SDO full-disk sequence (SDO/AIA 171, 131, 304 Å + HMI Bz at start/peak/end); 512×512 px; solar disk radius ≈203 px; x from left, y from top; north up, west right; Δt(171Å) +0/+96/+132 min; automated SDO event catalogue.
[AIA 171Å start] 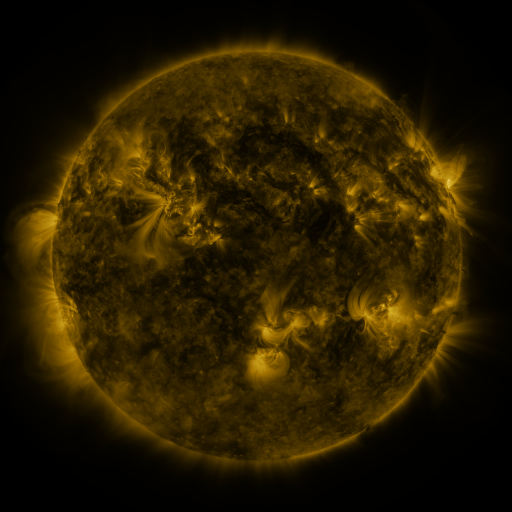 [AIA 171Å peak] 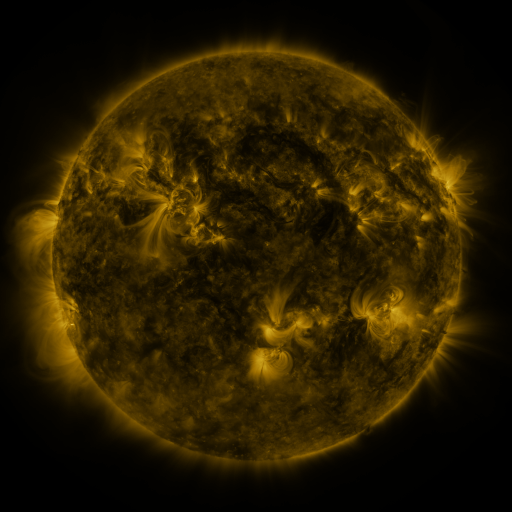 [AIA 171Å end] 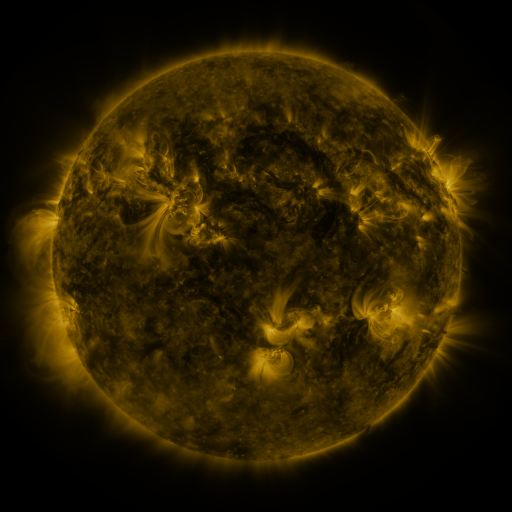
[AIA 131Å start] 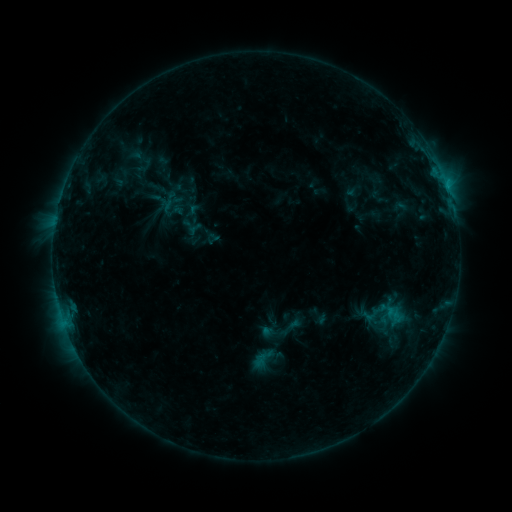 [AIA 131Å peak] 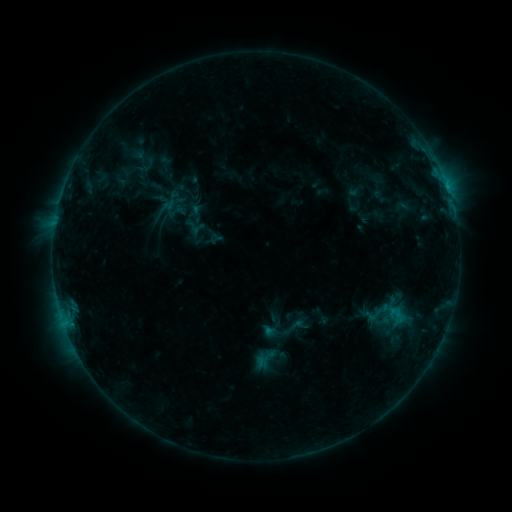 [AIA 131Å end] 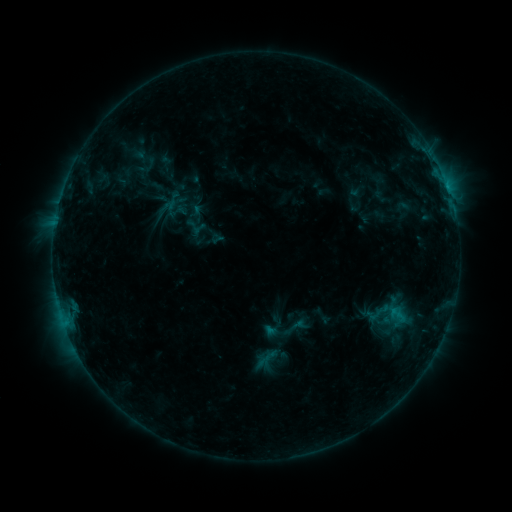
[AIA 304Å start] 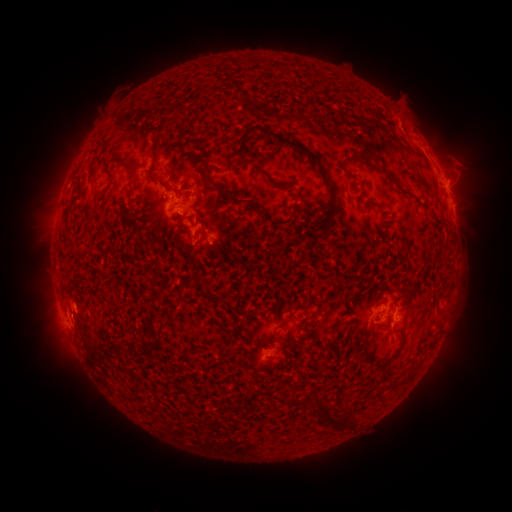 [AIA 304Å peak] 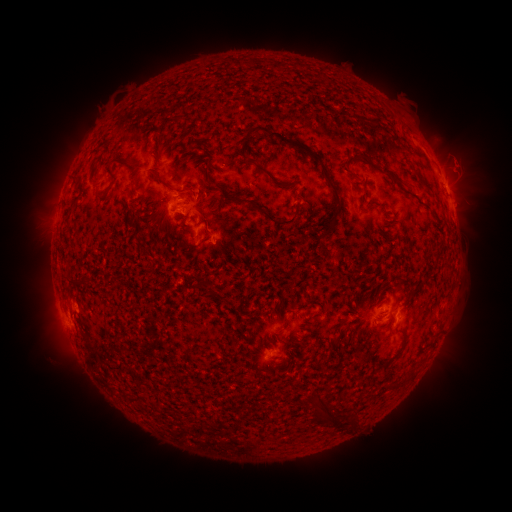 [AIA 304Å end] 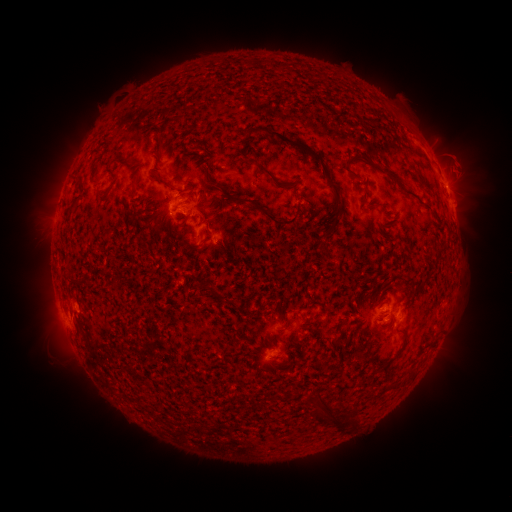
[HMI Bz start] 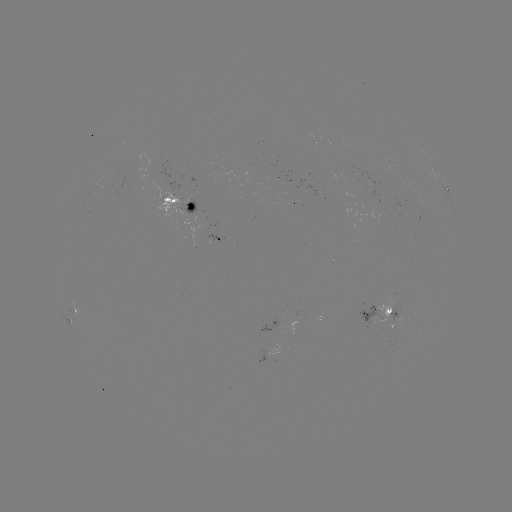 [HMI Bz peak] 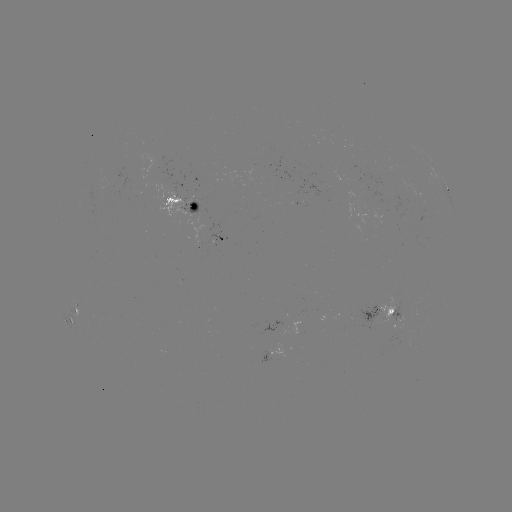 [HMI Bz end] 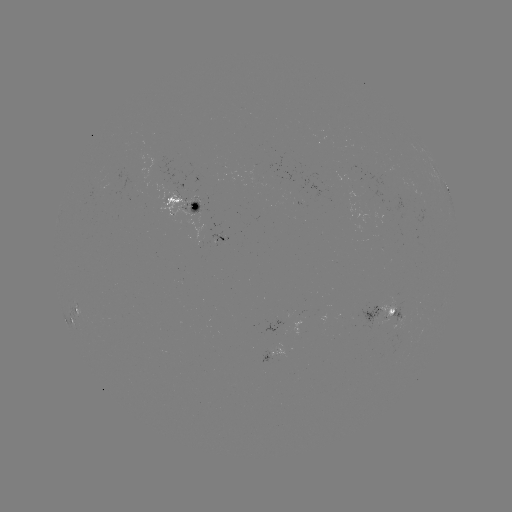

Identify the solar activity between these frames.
emerging-flux region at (394, 307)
